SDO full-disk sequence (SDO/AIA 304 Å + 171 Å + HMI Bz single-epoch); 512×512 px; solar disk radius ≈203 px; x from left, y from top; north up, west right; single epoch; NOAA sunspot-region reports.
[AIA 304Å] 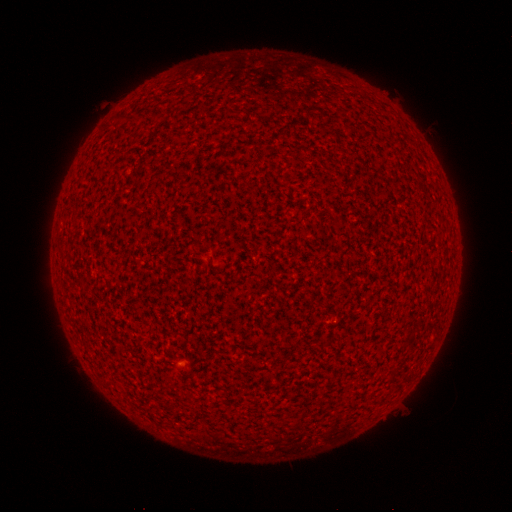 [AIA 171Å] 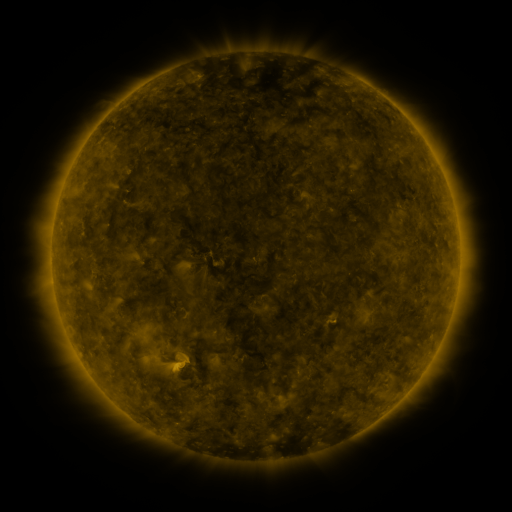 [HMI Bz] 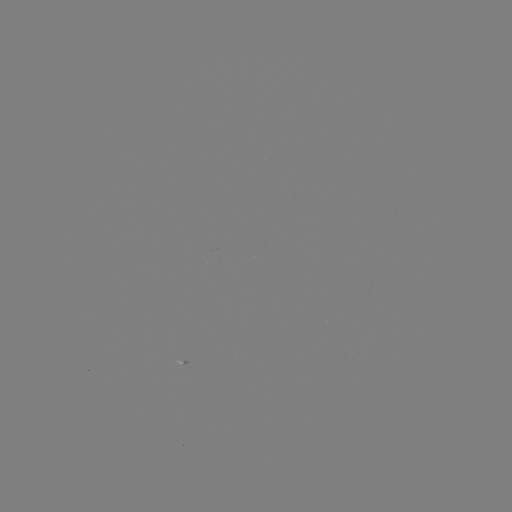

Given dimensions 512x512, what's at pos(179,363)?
spotted active region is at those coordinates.